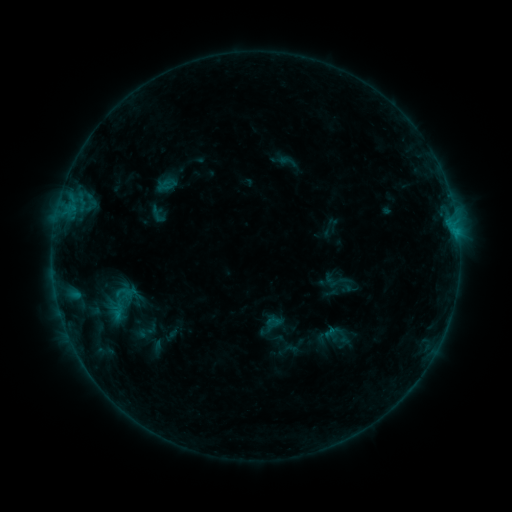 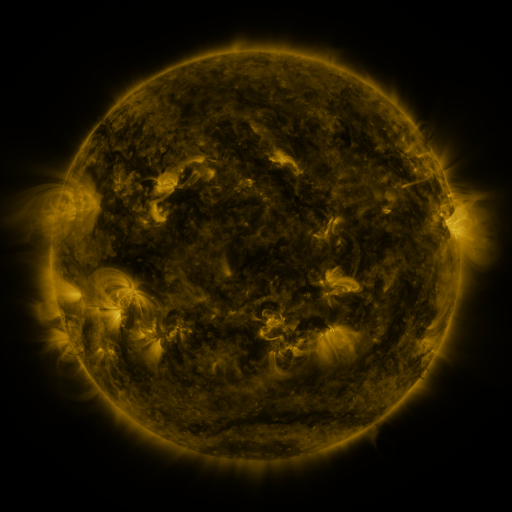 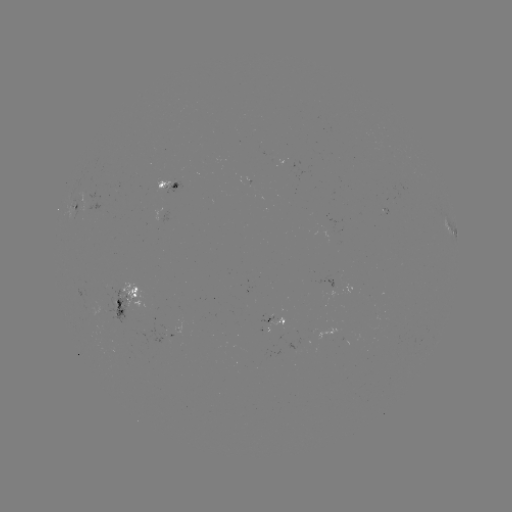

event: sigmoid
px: (158, 215)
